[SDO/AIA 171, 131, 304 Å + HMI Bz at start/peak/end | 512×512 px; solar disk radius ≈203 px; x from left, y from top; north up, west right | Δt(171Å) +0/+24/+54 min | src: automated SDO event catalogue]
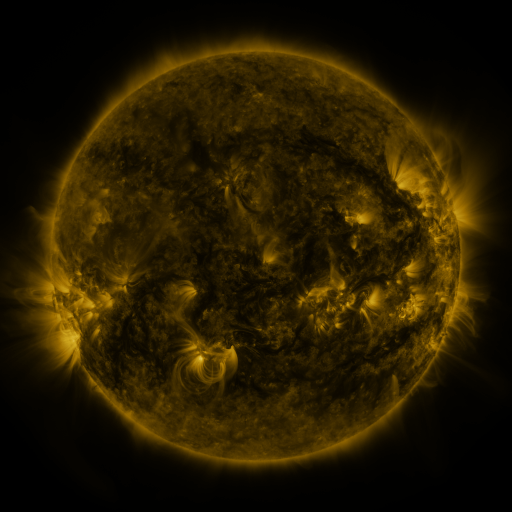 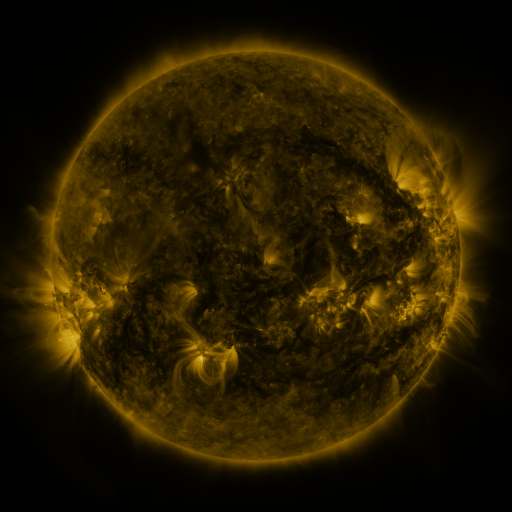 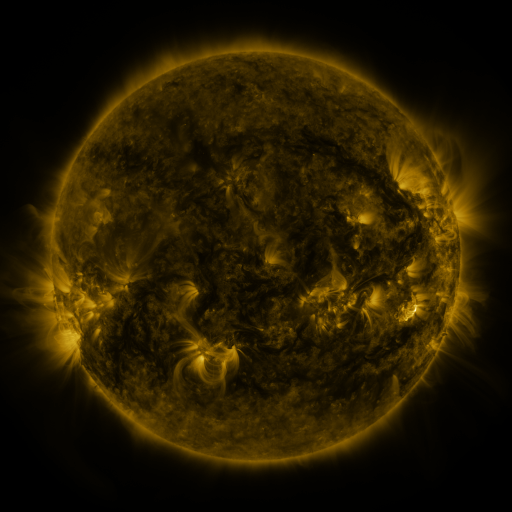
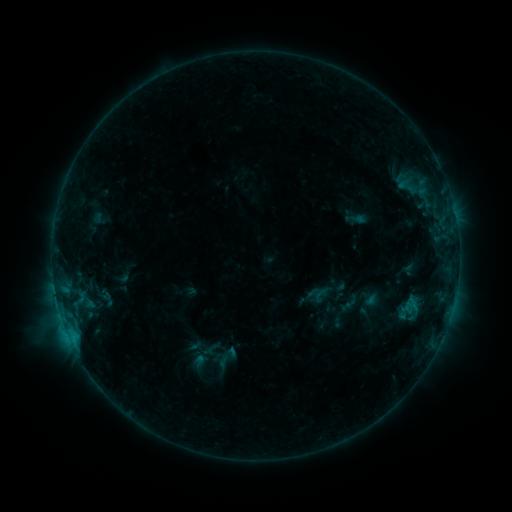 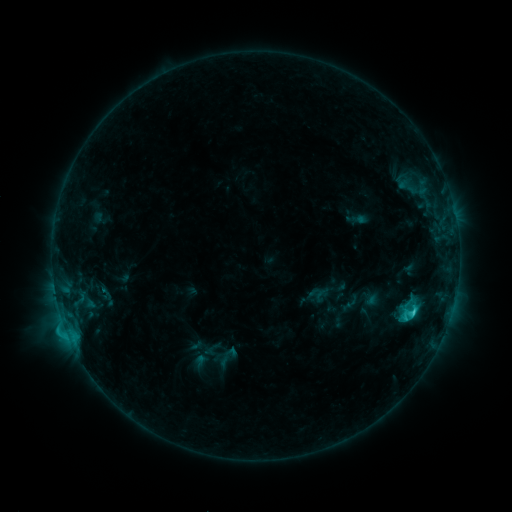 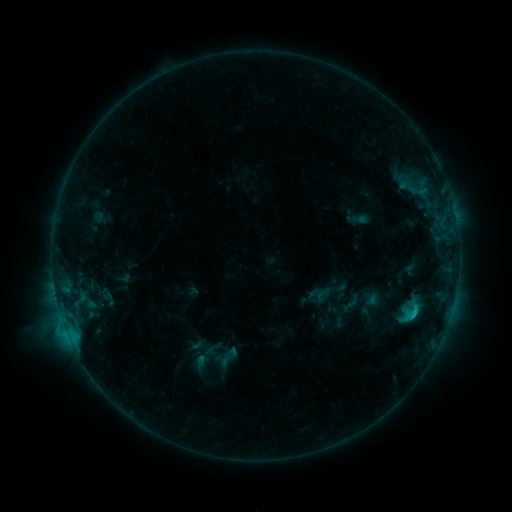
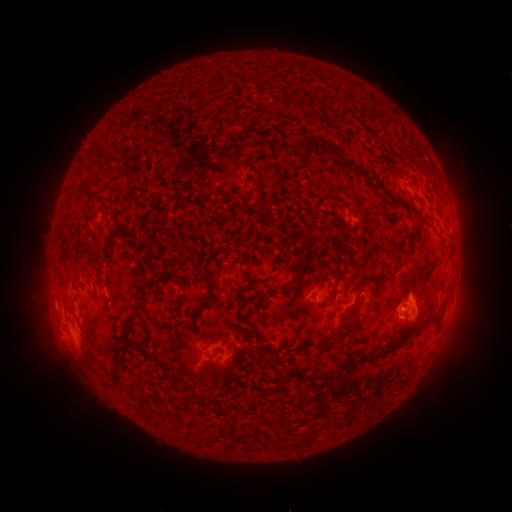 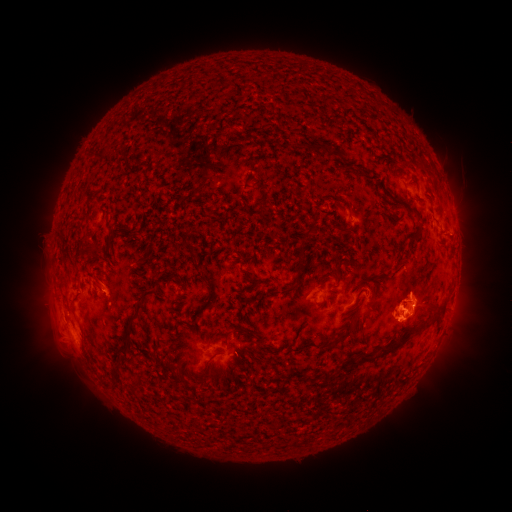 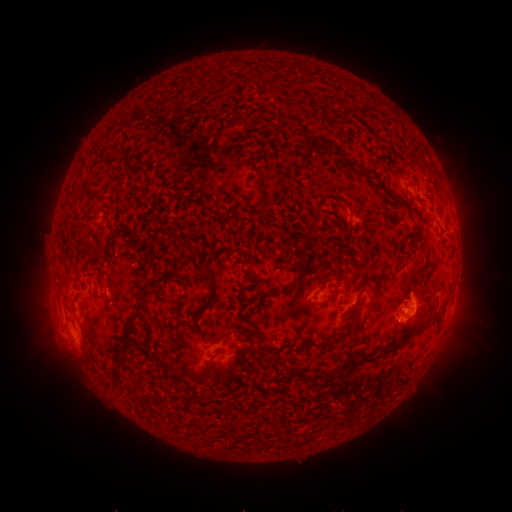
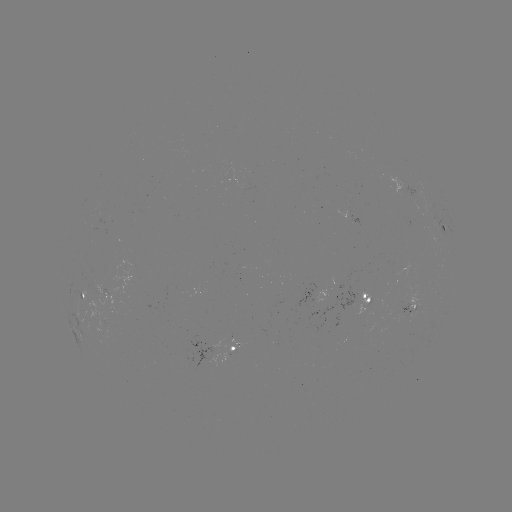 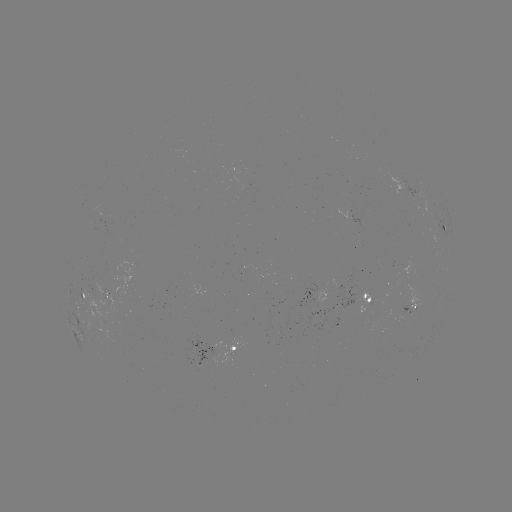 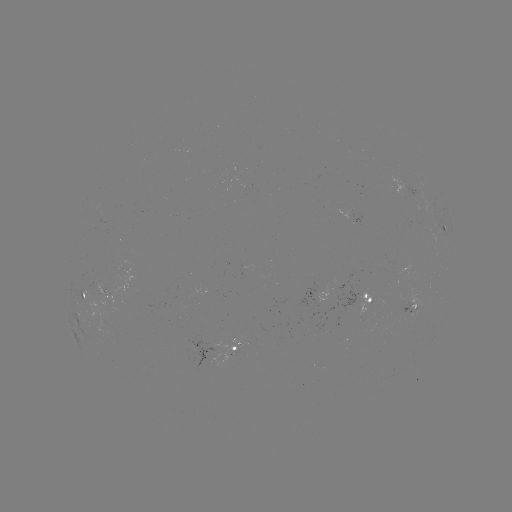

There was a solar flare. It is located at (411, 312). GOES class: C3.1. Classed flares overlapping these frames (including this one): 1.